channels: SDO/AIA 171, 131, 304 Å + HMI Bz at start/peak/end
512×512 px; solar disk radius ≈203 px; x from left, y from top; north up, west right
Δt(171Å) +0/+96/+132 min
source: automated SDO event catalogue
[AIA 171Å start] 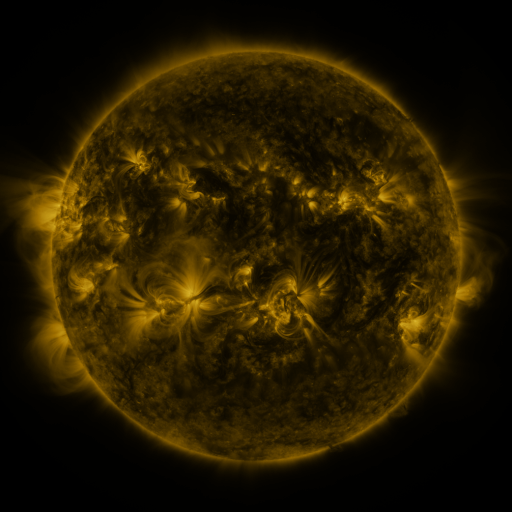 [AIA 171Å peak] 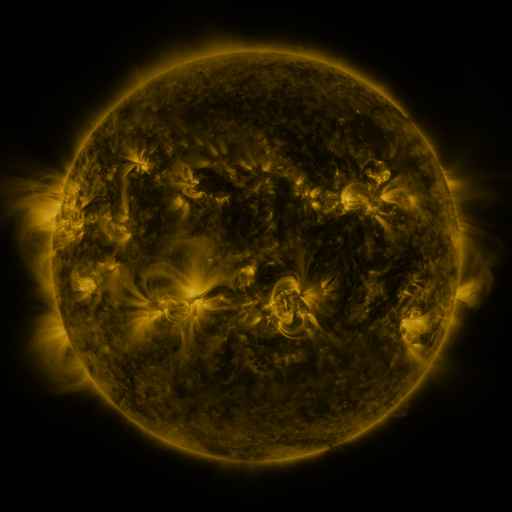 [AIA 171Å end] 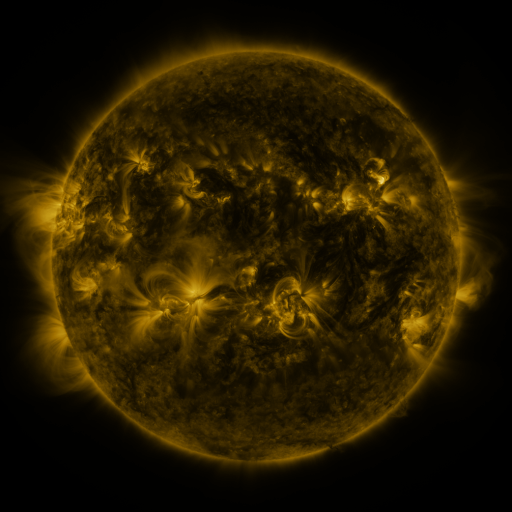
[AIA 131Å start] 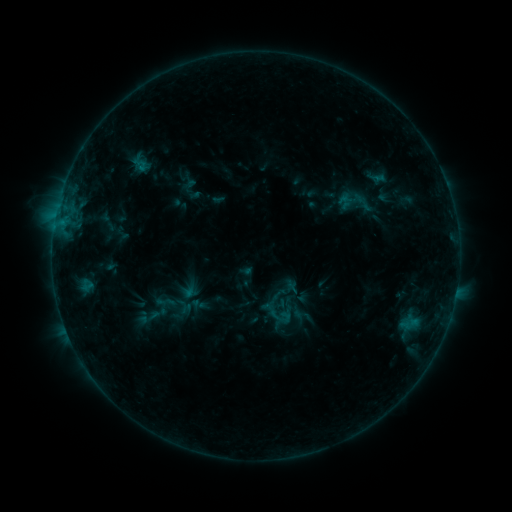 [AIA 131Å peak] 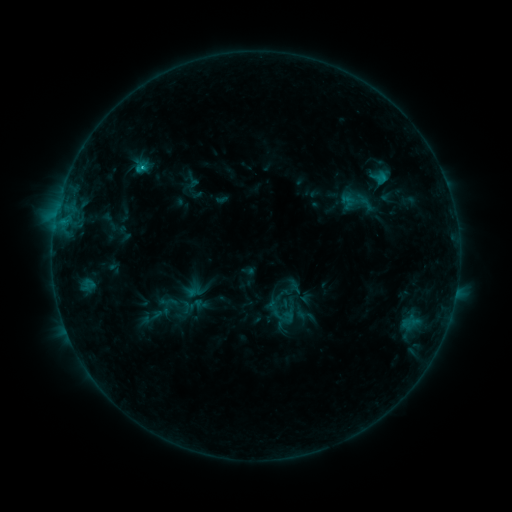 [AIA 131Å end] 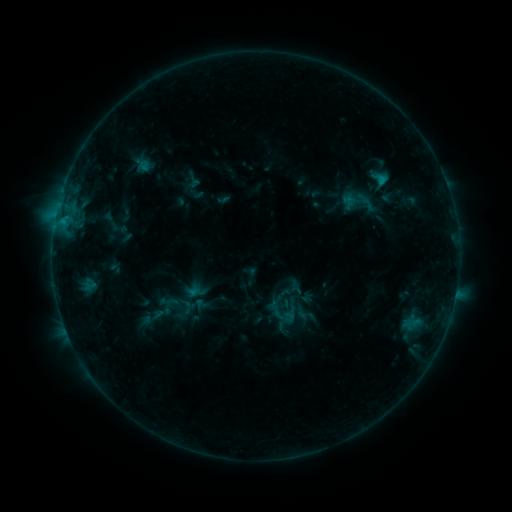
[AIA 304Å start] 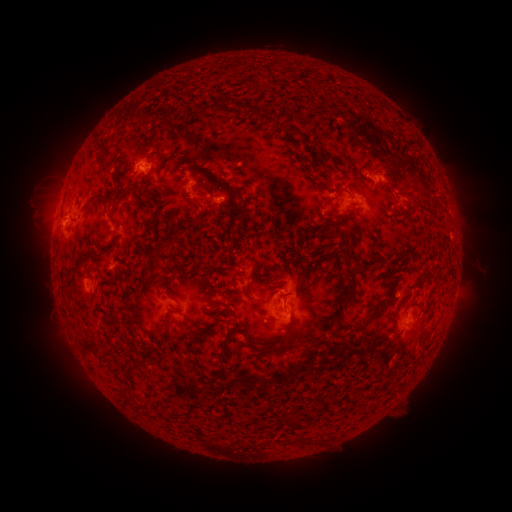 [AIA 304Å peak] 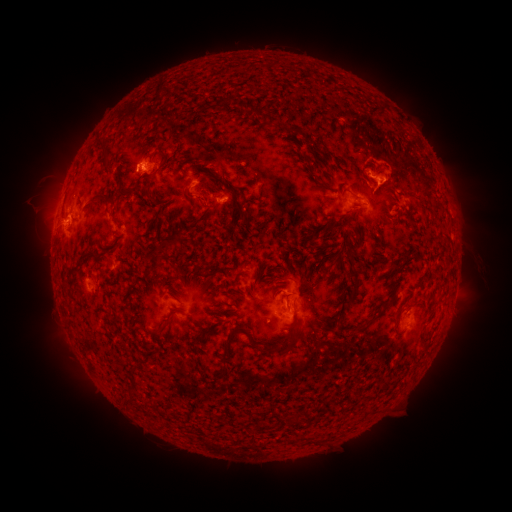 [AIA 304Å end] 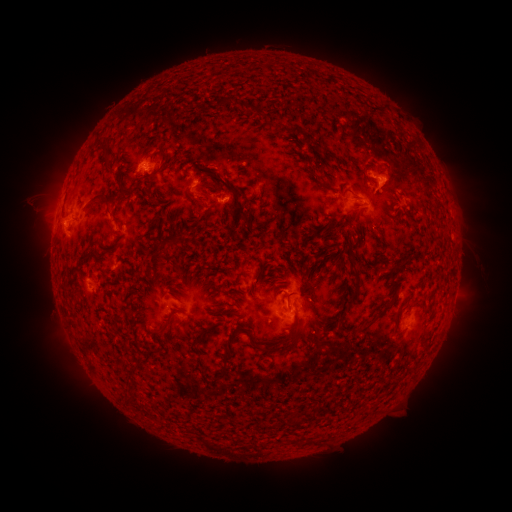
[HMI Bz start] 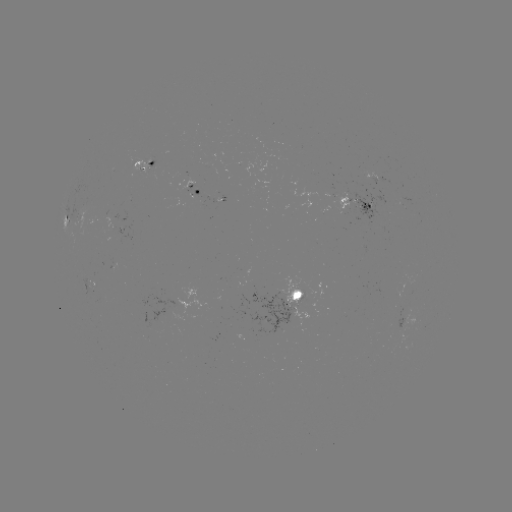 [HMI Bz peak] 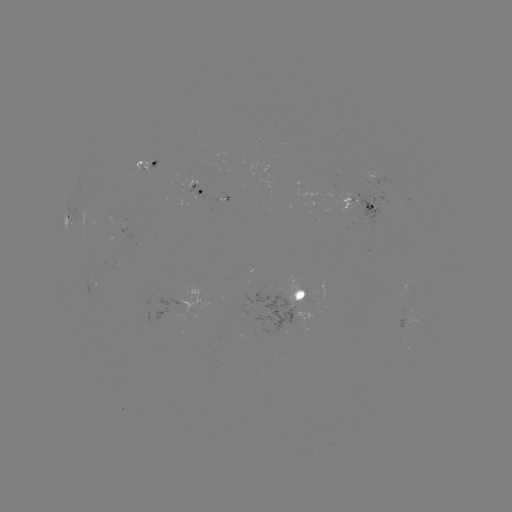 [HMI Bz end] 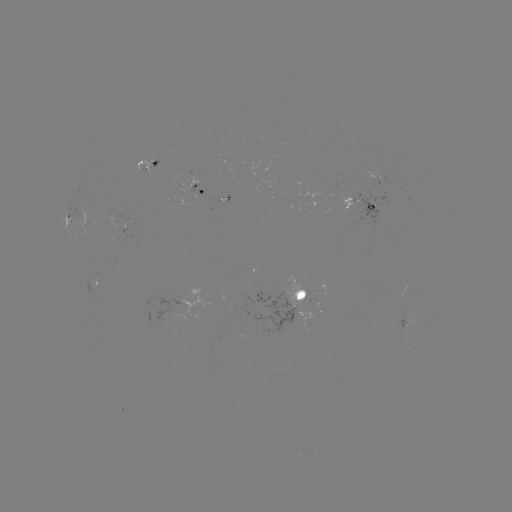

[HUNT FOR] emerging-flux region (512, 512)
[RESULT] [114, 222]